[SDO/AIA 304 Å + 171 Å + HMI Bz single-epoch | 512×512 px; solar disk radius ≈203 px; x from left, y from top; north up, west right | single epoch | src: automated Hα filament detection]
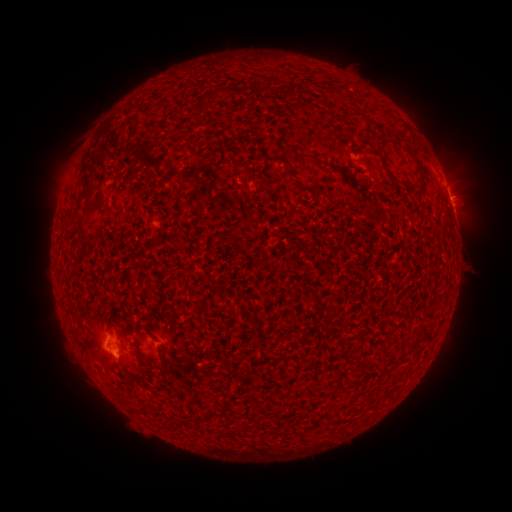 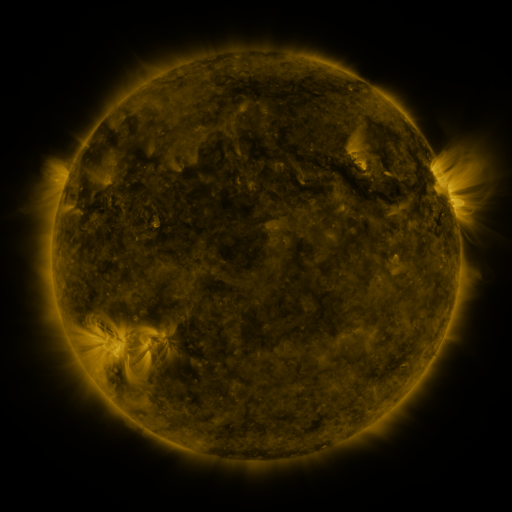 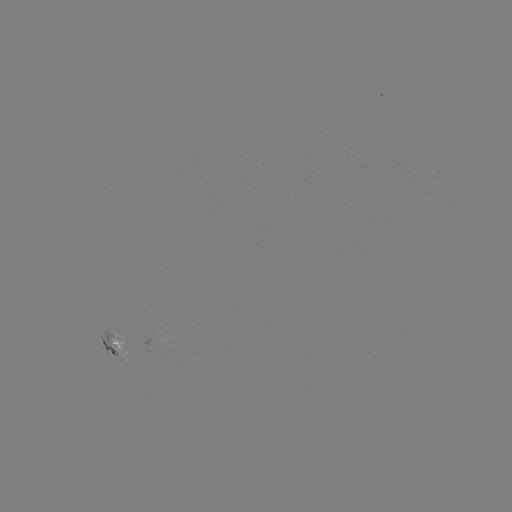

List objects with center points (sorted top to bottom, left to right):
filament: (288, 84, 298, 96)
filament: (199, 96, 210, 110)
filament: (410, 150, 419, 162)
filament: (293, 151, 339, 172)
filament: (416, 169, 425, 184)
filament: (243, 170, 254, 178)
filament: (85, 204, 96, 214)
filament: (76, 217, 89, 235)
filament: (157, 343, 165, 361)
